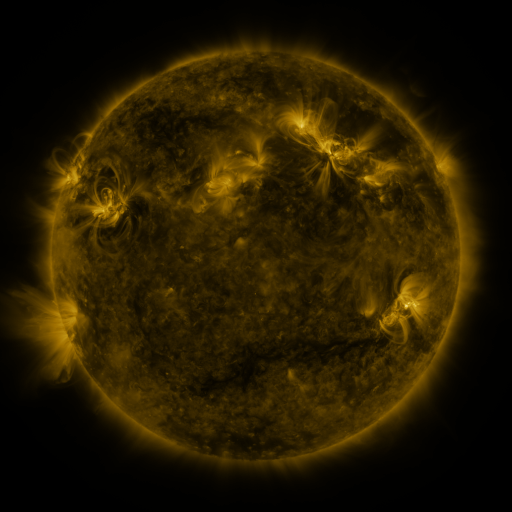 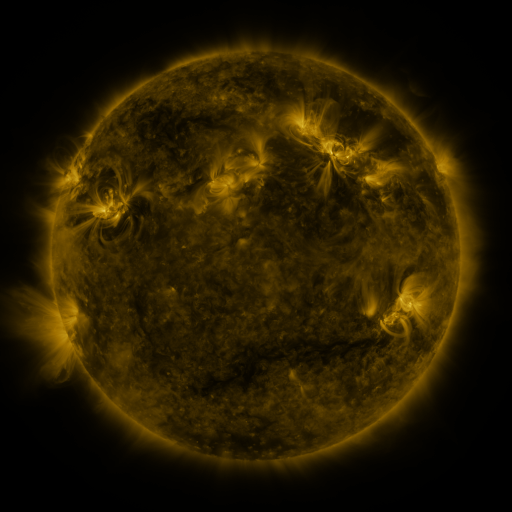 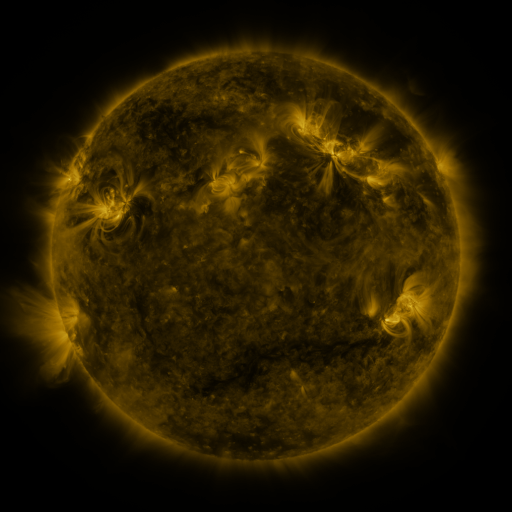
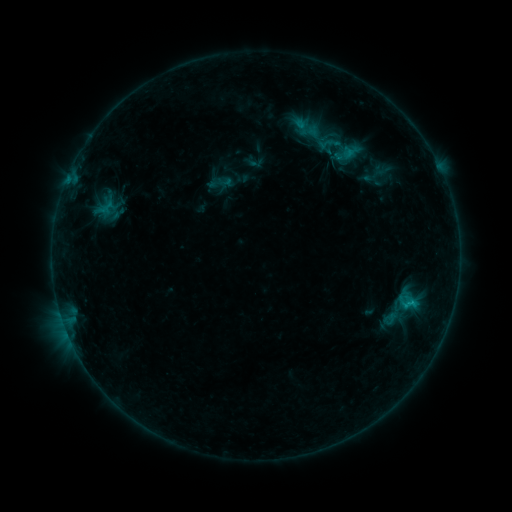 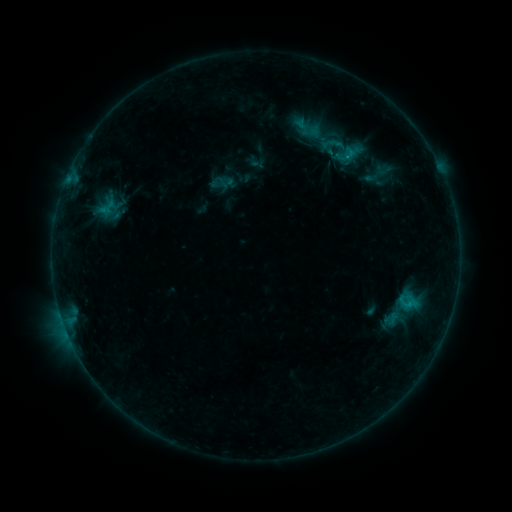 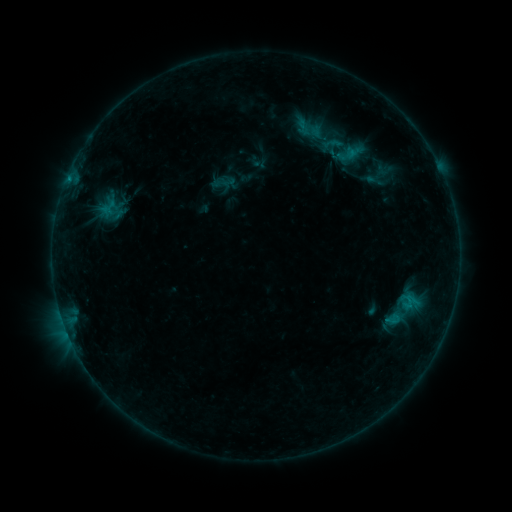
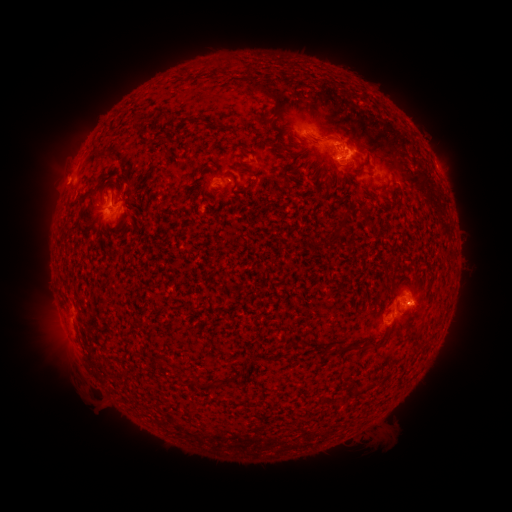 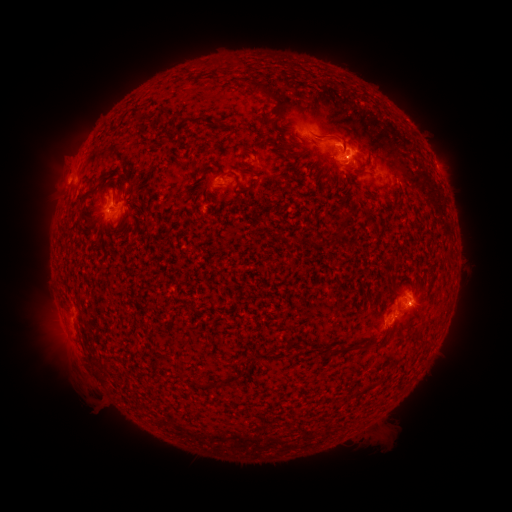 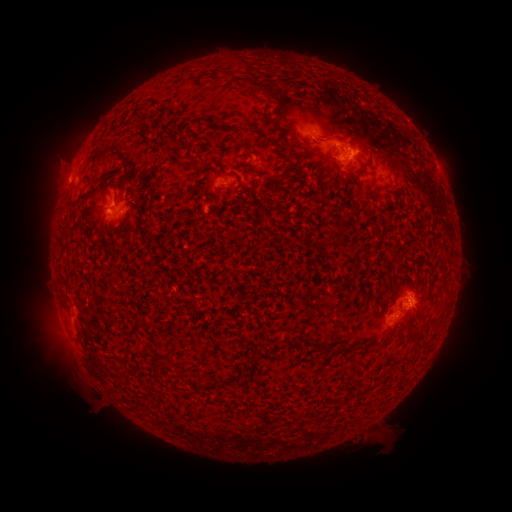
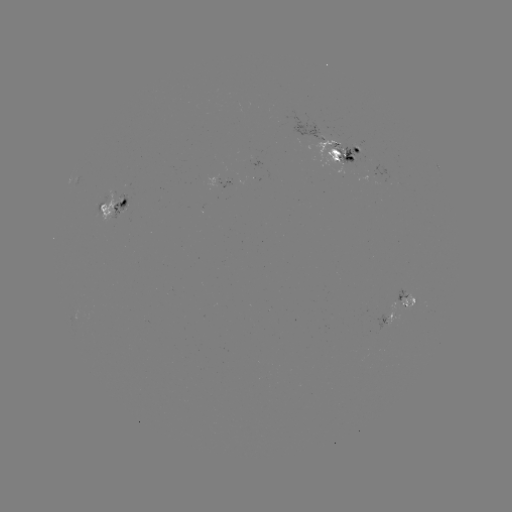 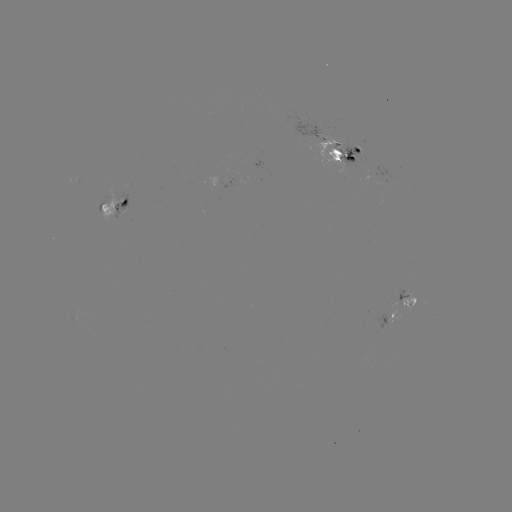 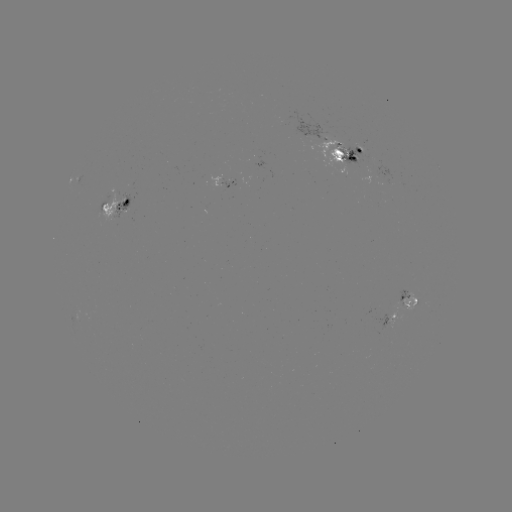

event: emerging-flux region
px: (107, 202)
